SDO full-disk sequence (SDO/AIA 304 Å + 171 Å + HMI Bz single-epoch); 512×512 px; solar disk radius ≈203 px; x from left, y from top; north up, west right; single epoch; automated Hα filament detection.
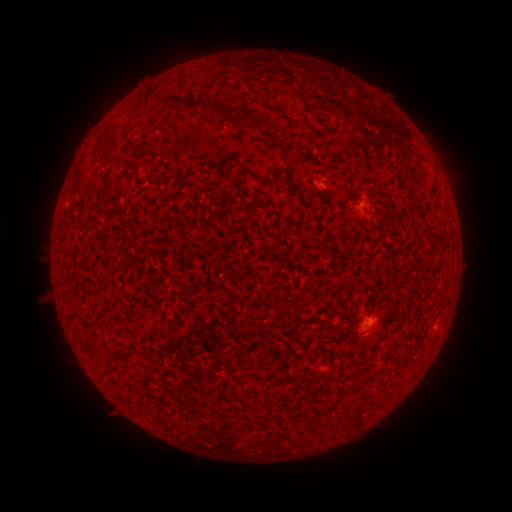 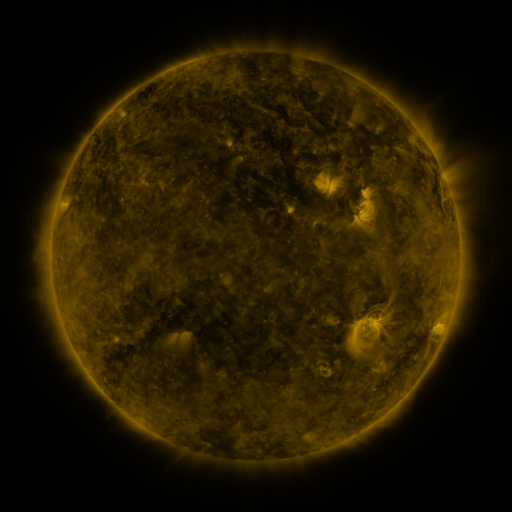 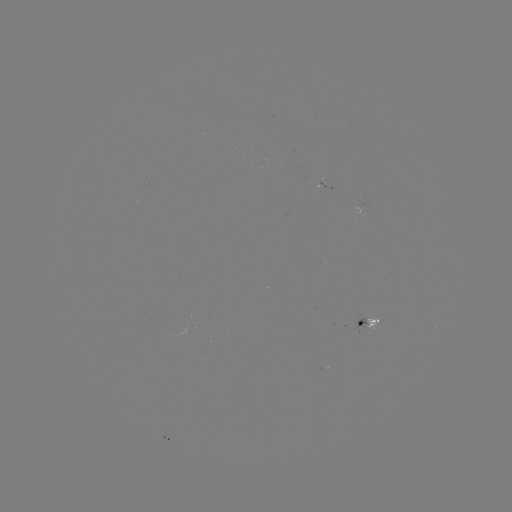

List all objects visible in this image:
filament: (293, 91)
filament: (196, 106)
filament: (241, 120)
filament: (258, 127)
filament: (102, 149)
filament: (286, 308)
filament: (247, 370)
